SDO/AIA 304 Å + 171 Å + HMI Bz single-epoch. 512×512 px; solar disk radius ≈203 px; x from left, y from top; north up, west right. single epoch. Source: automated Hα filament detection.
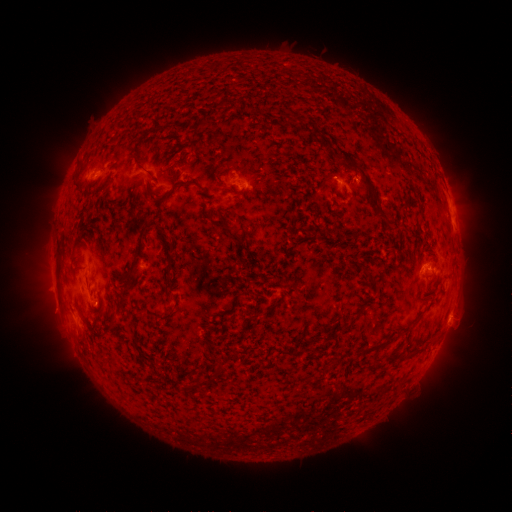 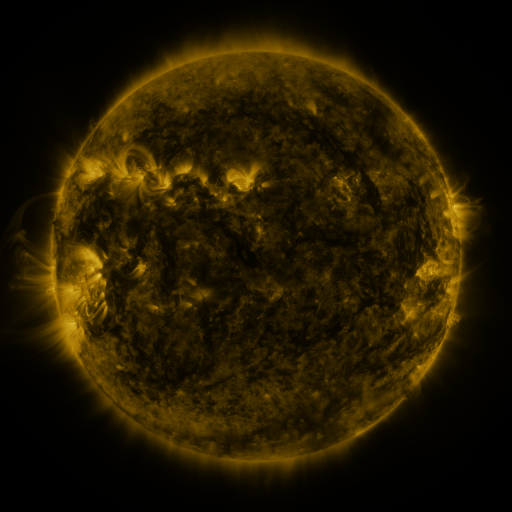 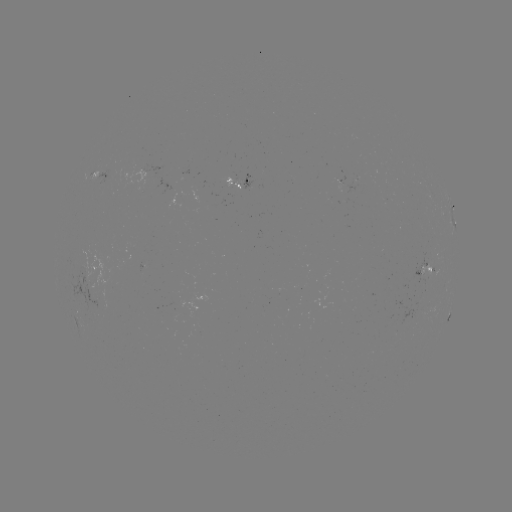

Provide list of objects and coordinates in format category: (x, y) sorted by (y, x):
filament: (142, 167)
filament: (194, 184)
filament: (373, 194)
filament: (167, 196)
filament: (382, 217)
filament: (160, 228)
filament: (141, 247)
filament: (173, 309)
filament: (268, 309)
filament: (112, 324)
filament: (346, 329)
filament: (372, 348)
filament: (217, 371)
